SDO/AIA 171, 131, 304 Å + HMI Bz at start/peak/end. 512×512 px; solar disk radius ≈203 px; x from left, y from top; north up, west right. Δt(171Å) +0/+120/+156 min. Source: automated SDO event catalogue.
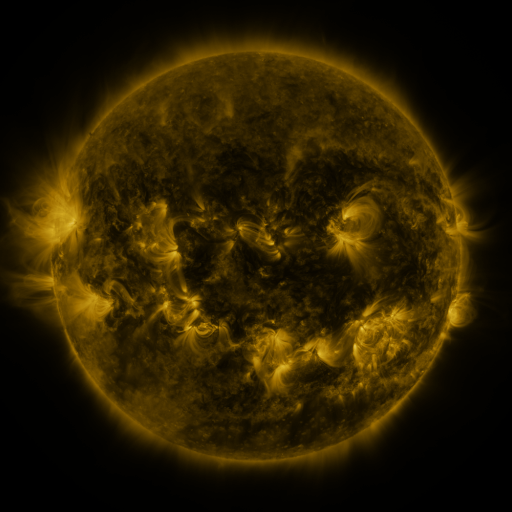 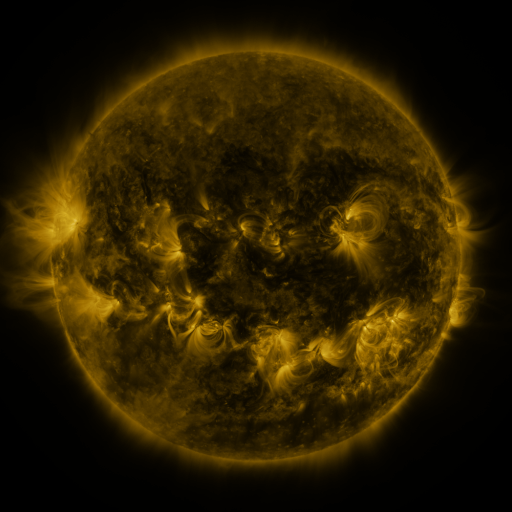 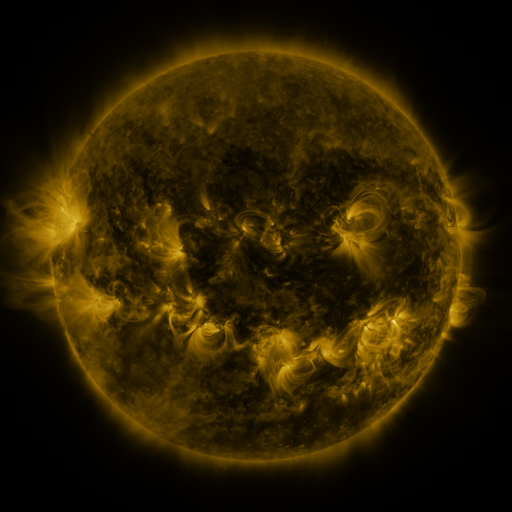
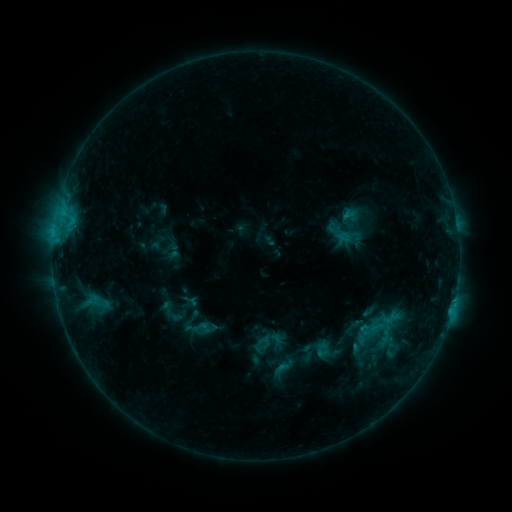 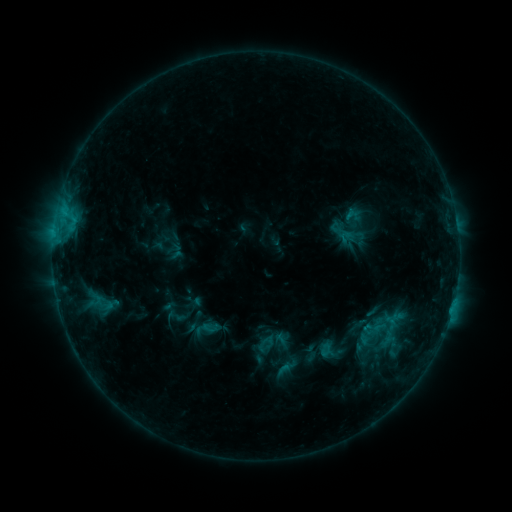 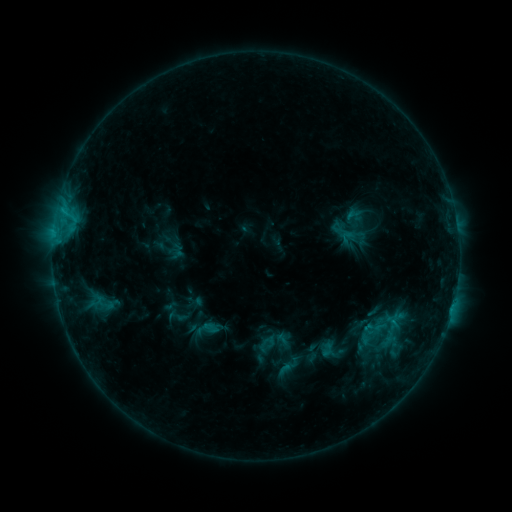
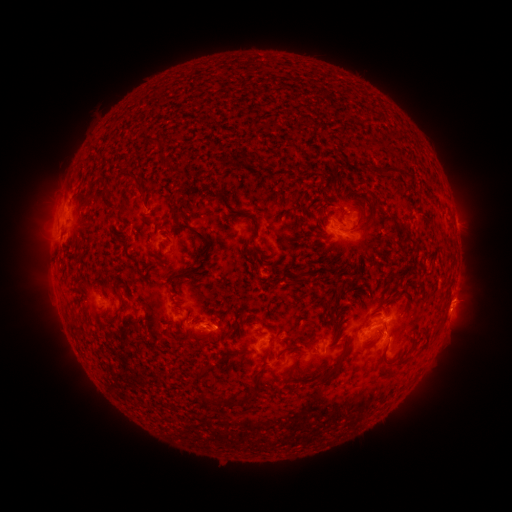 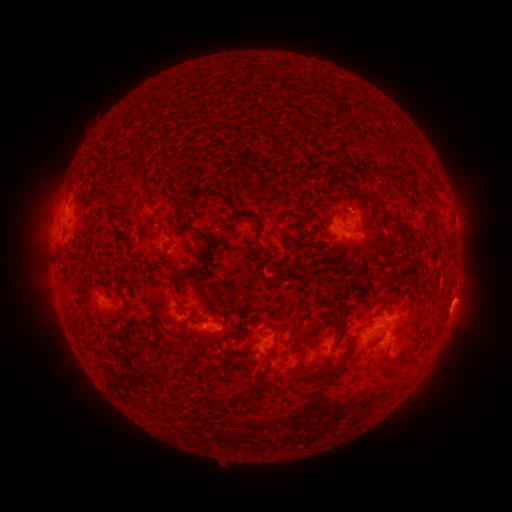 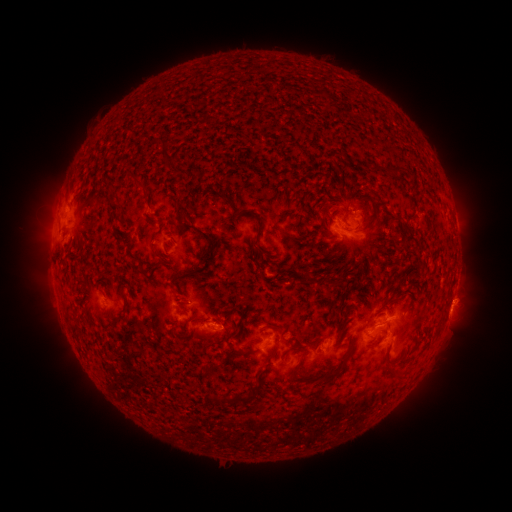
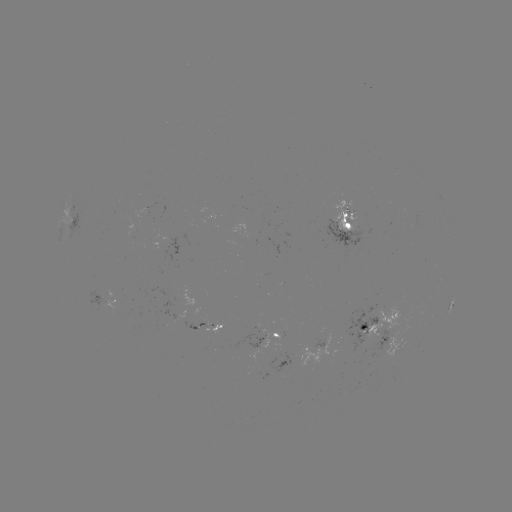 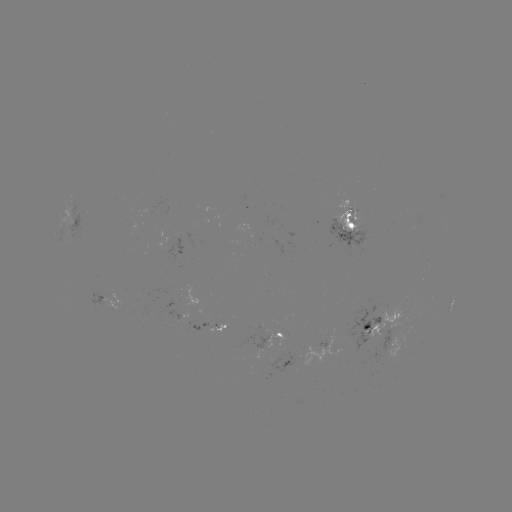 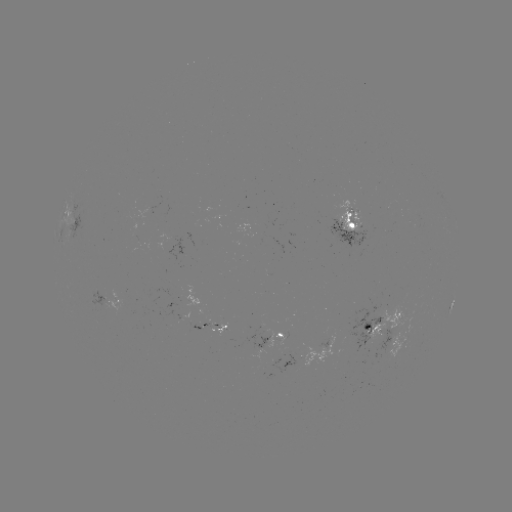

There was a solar emerging-flux region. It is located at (320, 346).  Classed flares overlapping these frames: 1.